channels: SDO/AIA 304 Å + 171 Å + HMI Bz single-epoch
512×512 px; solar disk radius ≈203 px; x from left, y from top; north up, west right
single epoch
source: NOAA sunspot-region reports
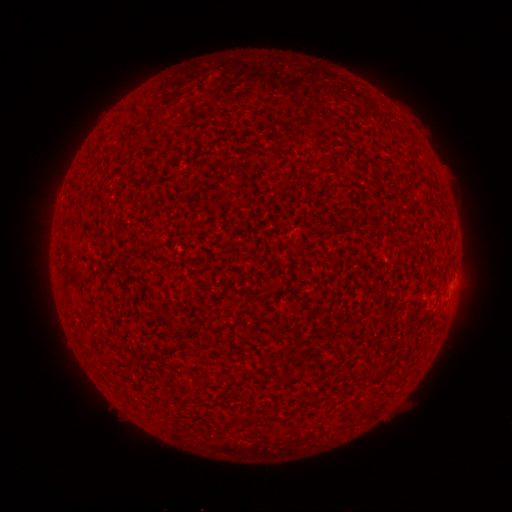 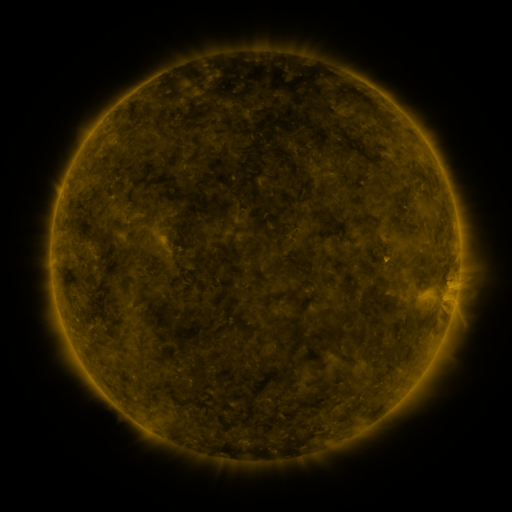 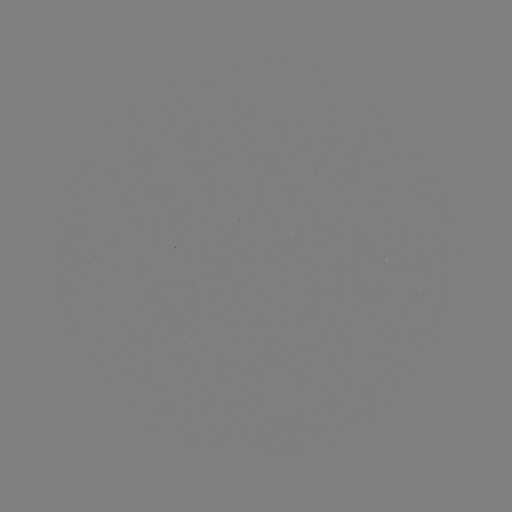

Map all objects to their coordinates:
(none)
